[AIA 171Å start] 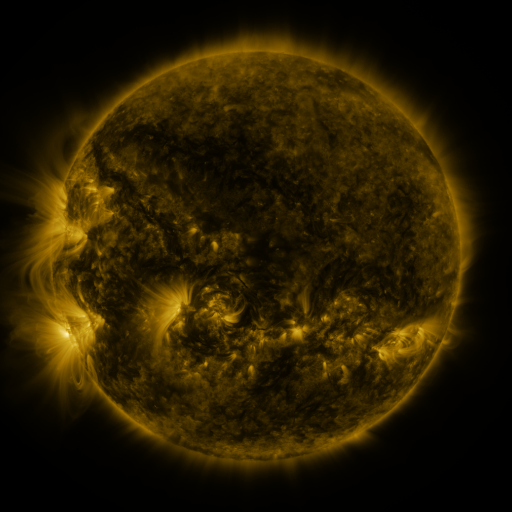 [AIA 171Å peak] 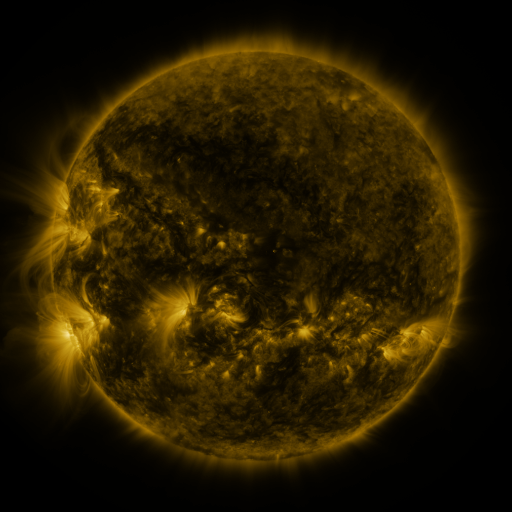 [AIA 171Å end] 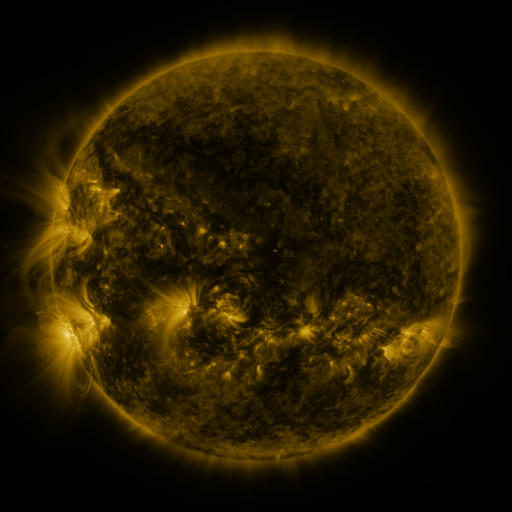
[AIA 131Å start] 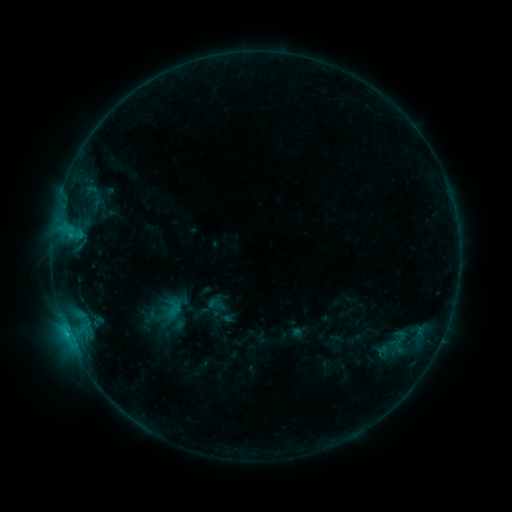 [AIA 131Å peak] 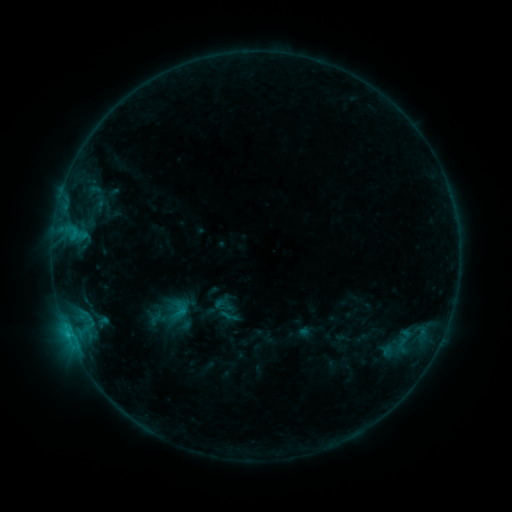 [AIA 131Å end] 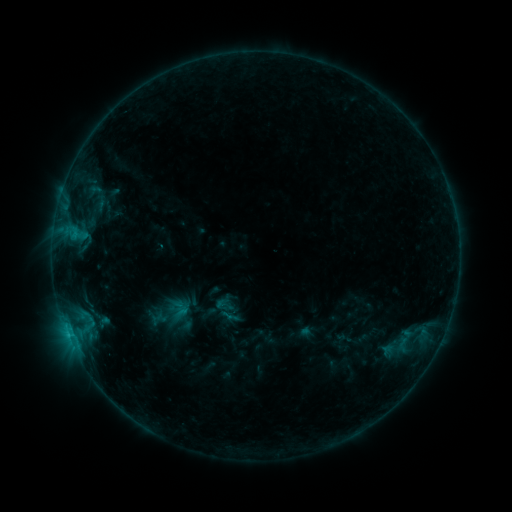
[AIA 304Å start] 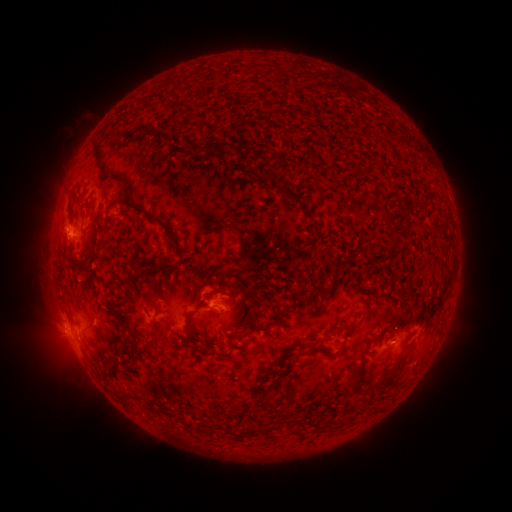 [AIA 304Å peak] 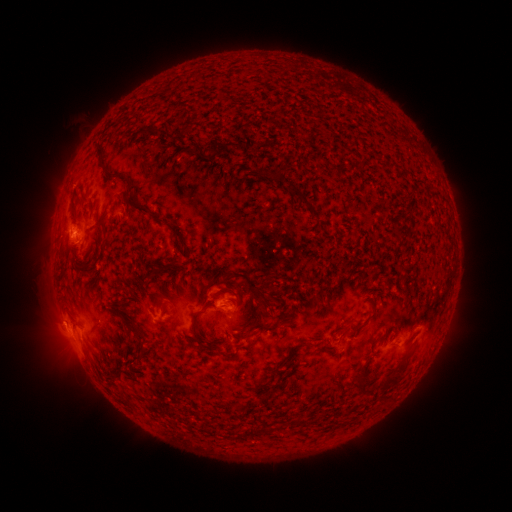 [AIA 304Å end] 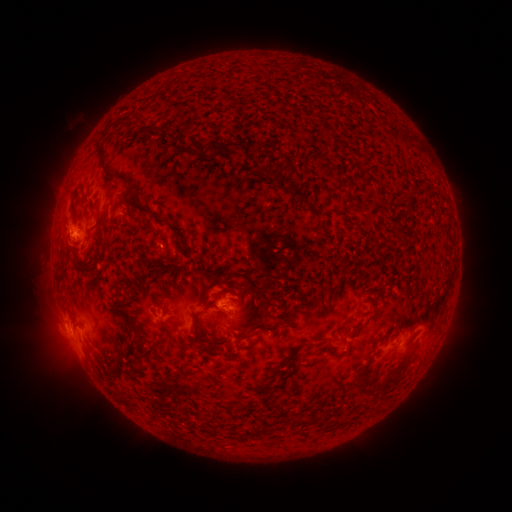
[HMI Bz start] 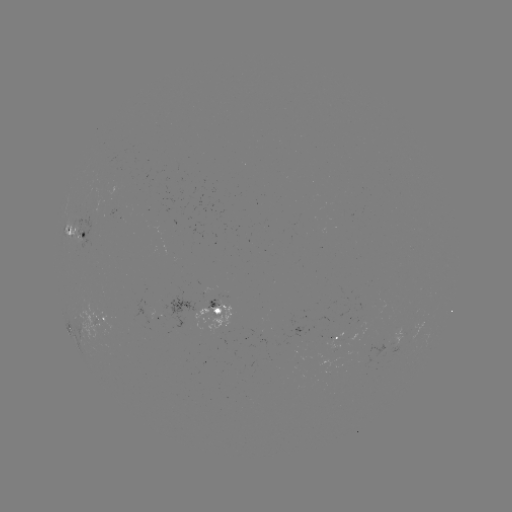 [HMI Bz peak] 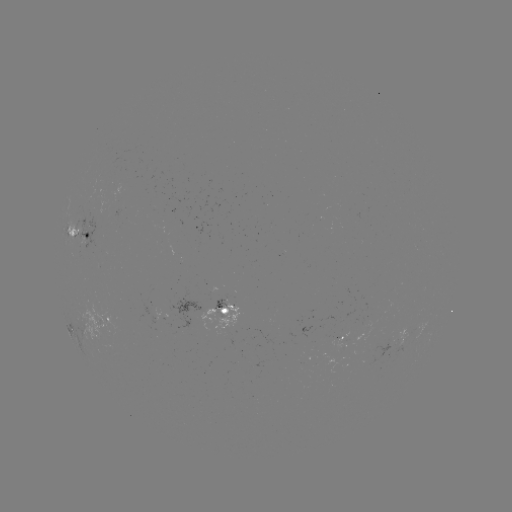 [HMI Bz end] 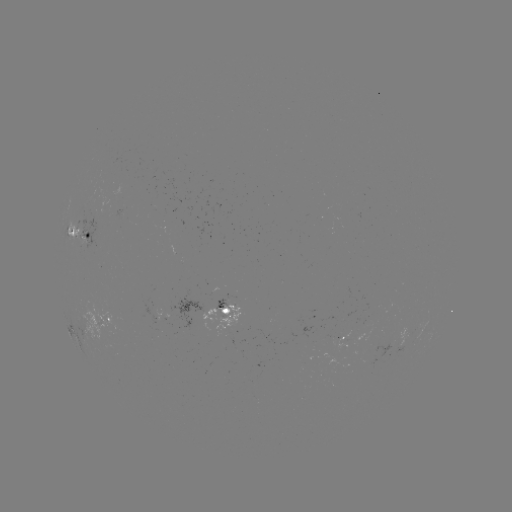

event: emerging-flux region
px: (399, 338)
